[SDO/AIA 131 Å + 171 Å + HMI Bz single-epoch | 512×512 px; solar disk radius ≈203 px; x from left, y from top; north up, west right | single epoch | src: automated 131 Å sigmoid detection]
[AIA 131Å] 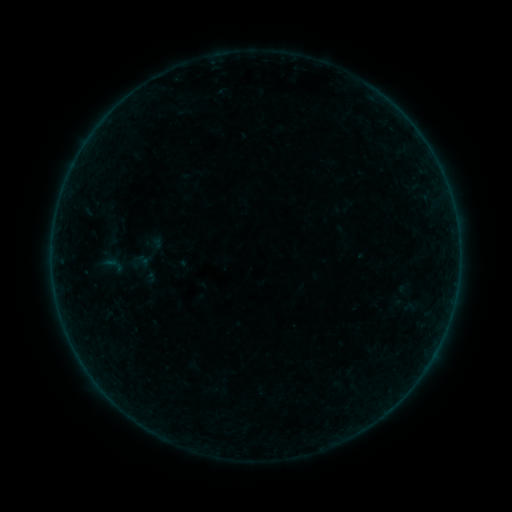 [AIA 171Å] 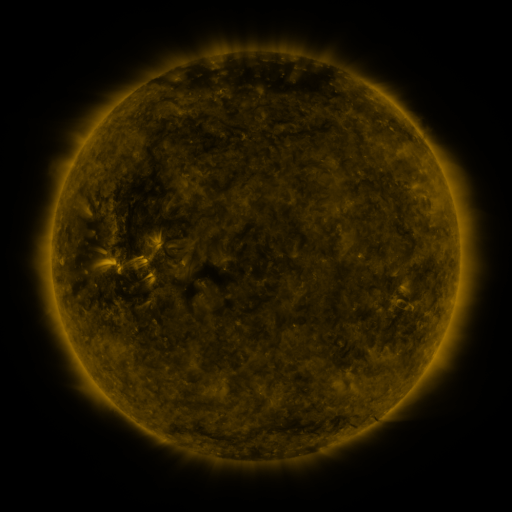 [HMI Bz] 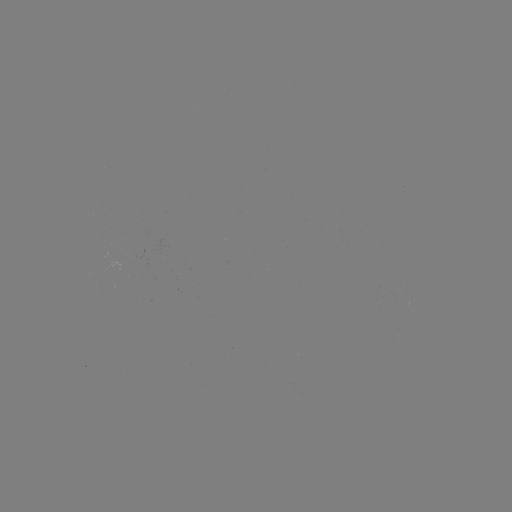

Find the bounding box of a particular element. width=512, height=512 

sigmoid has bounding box [102, 224, 123, 250].